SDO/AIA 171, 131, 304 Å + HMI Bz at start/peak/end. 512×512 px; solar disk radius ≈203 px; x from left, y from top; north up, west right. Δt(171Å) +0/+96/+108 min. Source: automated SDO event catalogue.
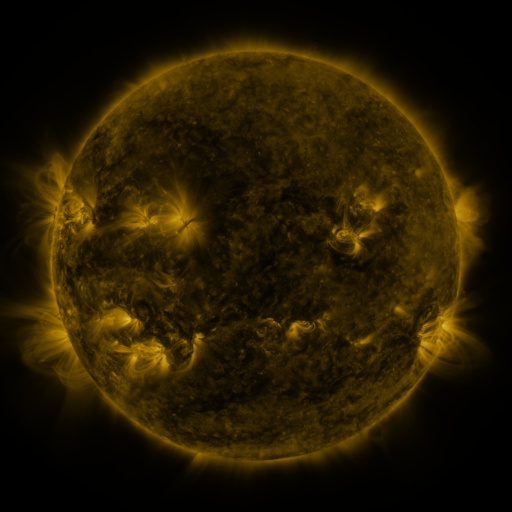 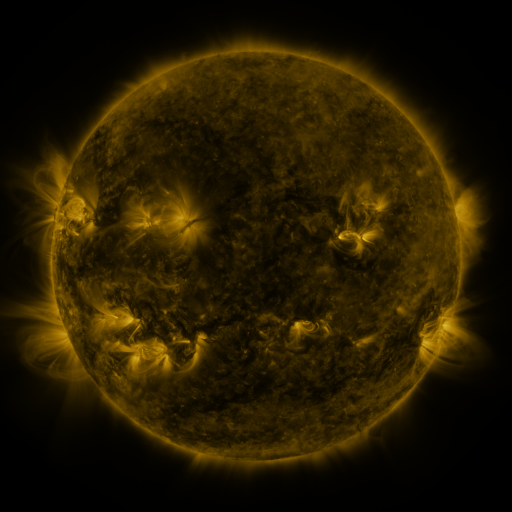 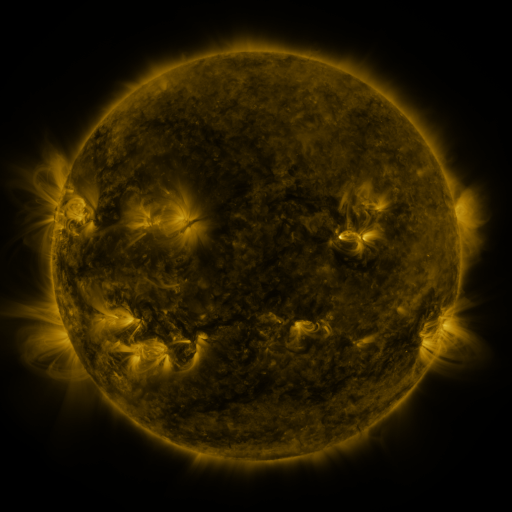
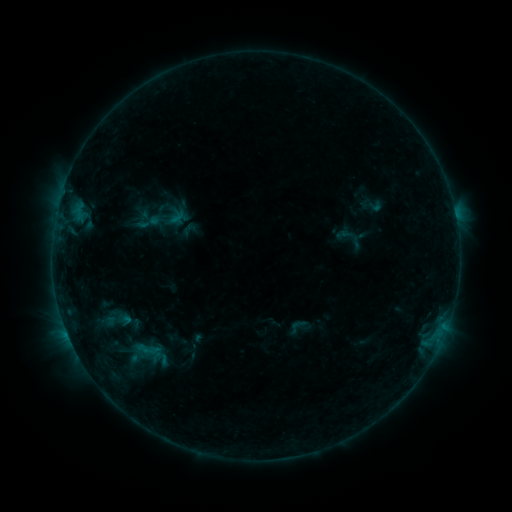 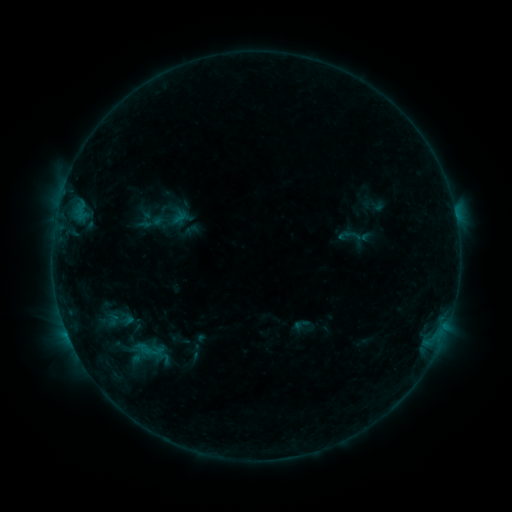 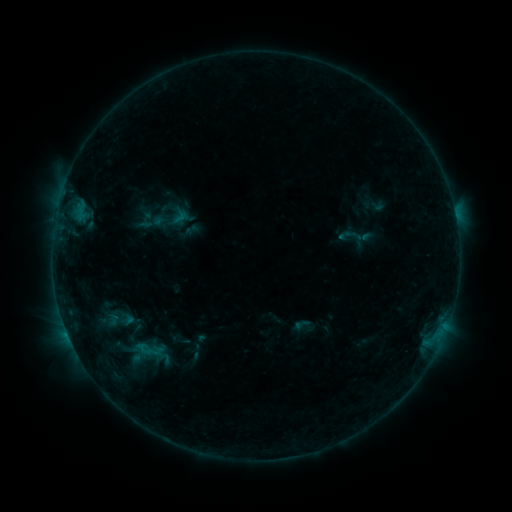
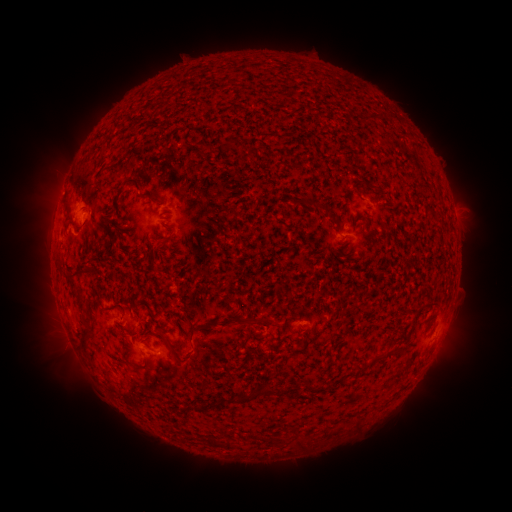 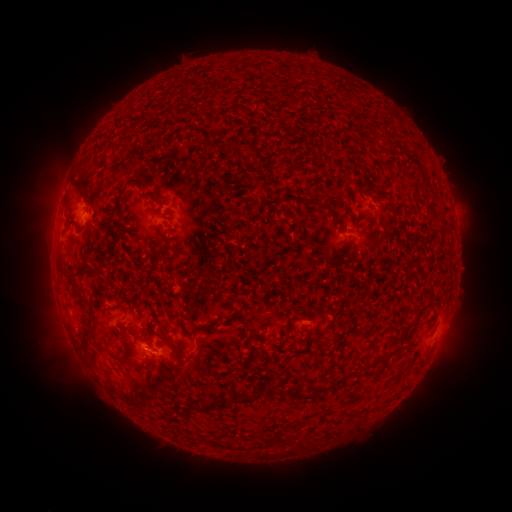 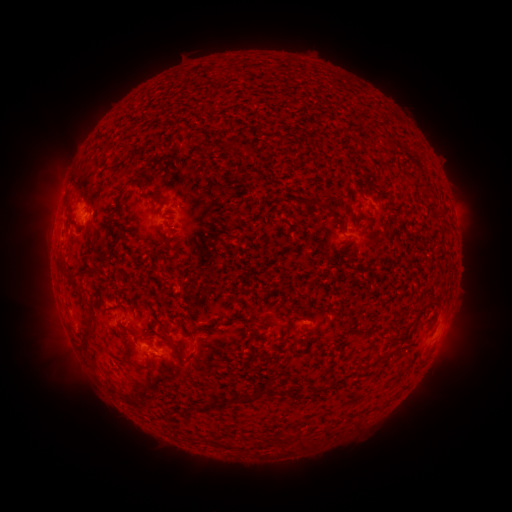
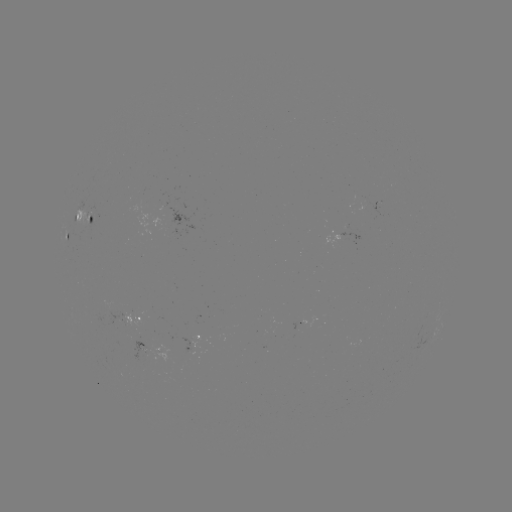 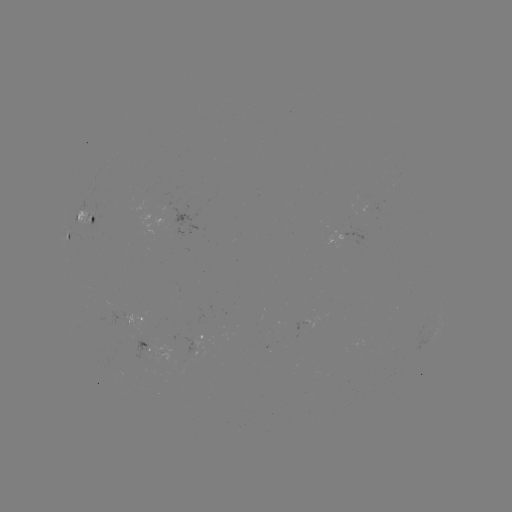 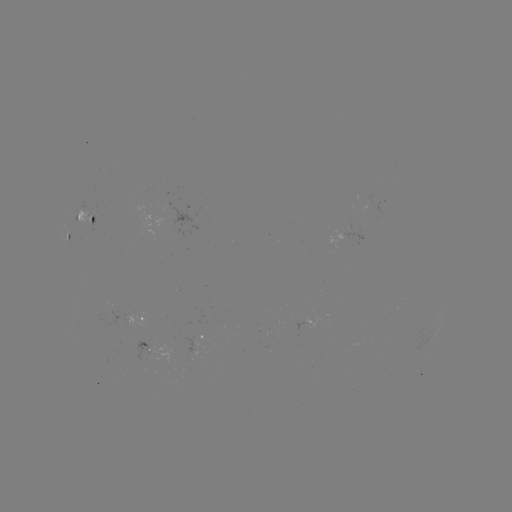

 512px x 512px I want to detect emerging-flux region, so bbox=[129, 340, 155, 362].